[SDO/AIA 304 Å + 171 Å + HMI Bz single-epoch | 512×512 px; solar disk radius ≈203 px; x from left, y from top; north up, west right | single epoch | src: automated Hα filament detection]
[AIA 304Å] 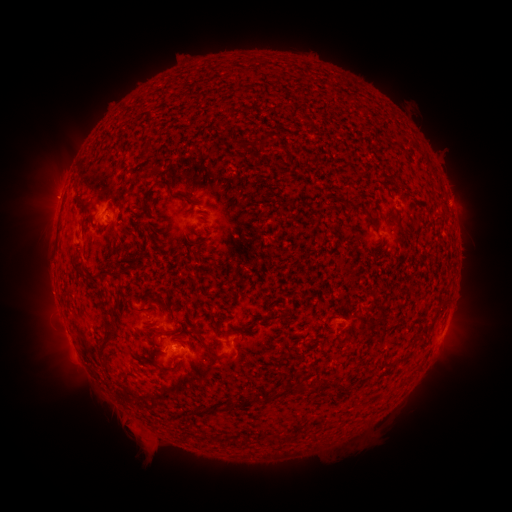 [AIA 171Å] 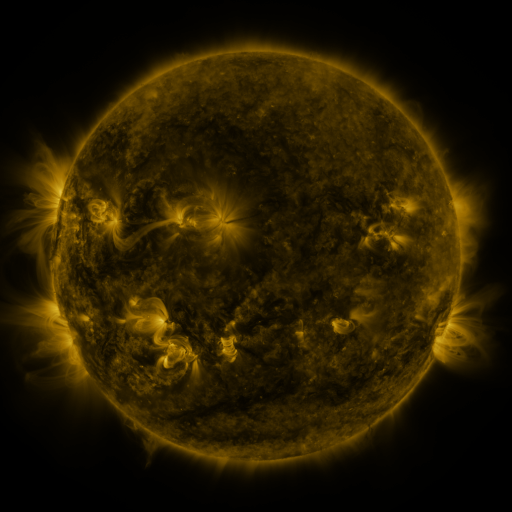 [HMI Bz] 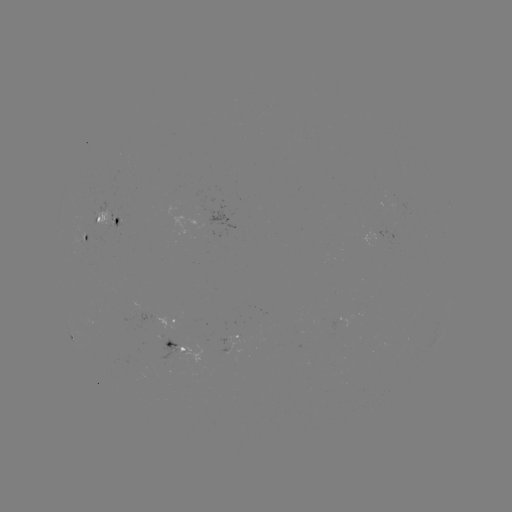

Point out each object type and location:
filament: (248, 145)
filament: (148, 150)
filament: (167, 183)
filament: (188, 199)
filament: (76, 265)
filament: (97, 275)
filament: (171, 333)
filament: (107, 338)
filament: (205, 345)
filament: (399, 360)
filament: (385, 365)
filament: (301, 390)
filament: (249, 401)
filament: (232, 442)
